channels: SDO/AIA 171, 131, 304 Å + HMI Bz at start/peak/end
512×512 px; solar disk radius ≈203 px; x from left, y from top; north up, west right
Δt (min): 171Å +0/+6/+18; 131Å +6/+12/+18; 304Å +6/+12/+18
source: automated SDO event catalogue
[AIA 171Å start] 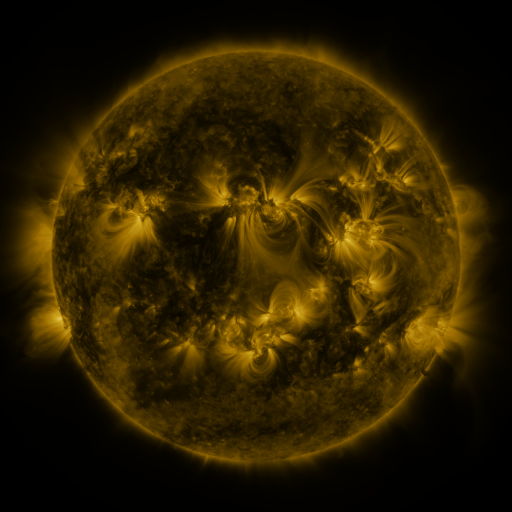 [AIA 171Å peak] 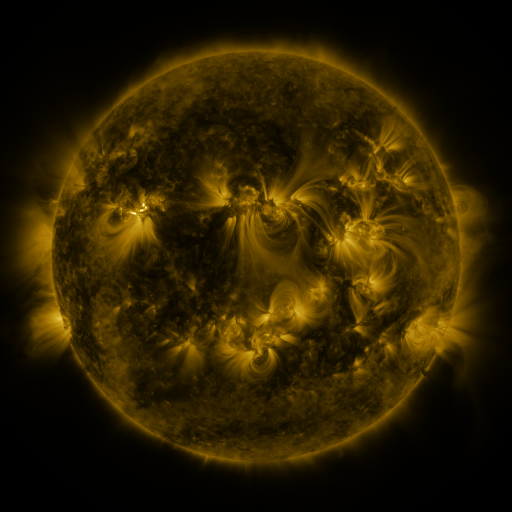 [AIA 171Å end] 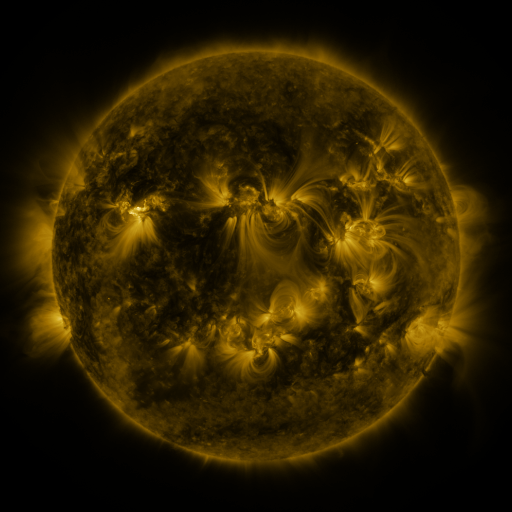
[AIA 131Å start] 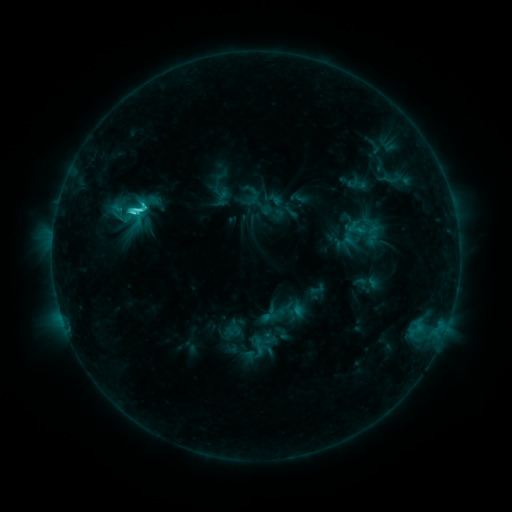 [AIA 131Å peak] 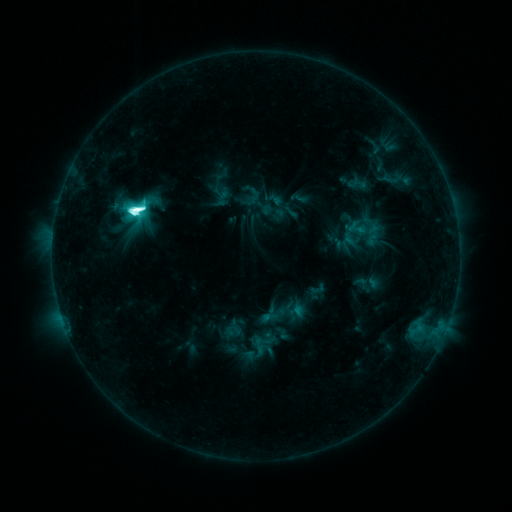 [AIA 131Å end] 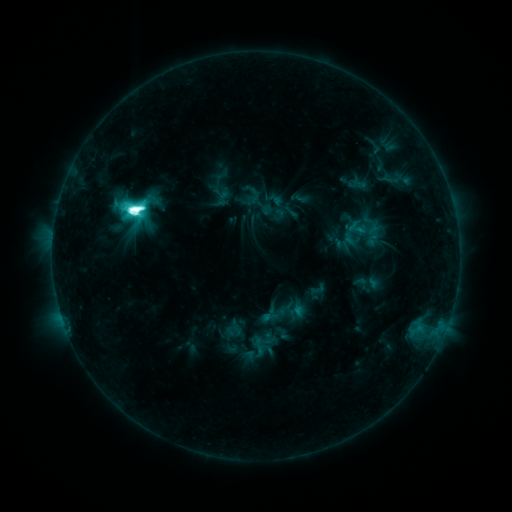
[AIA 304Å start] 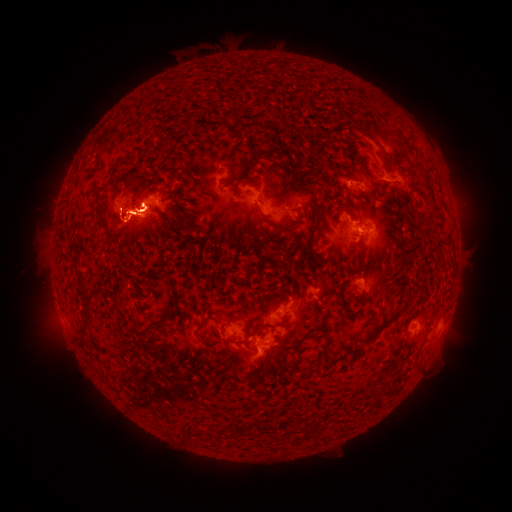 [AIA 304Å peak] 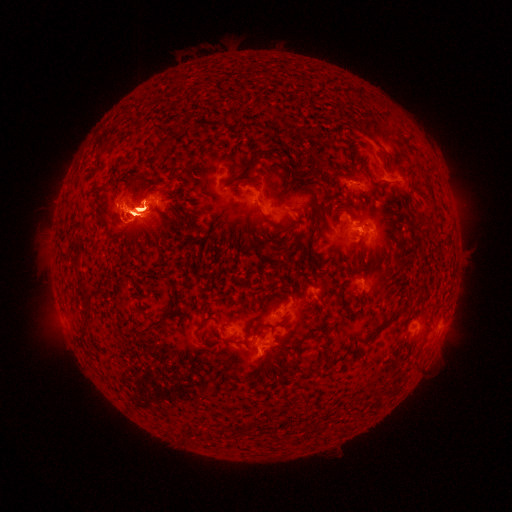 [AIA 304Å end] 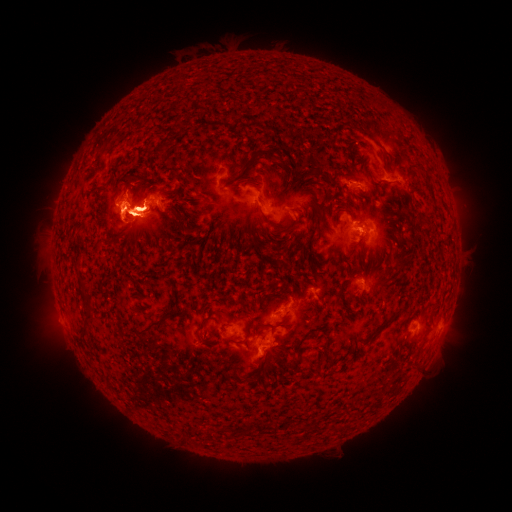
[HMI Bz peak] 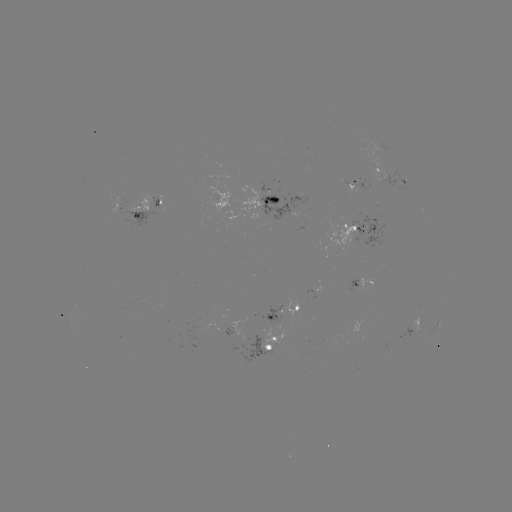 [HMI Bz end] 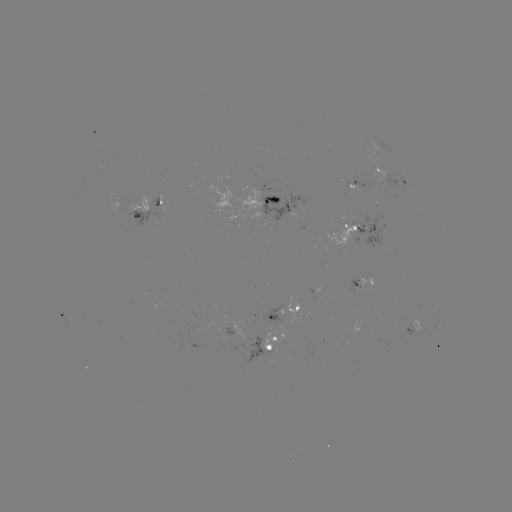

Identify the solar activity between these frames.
eruption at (371, 230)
